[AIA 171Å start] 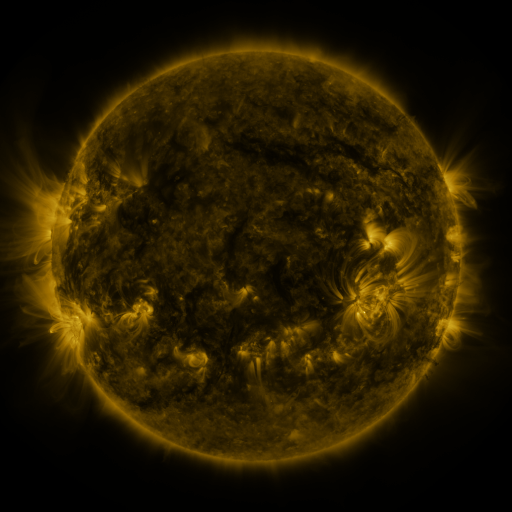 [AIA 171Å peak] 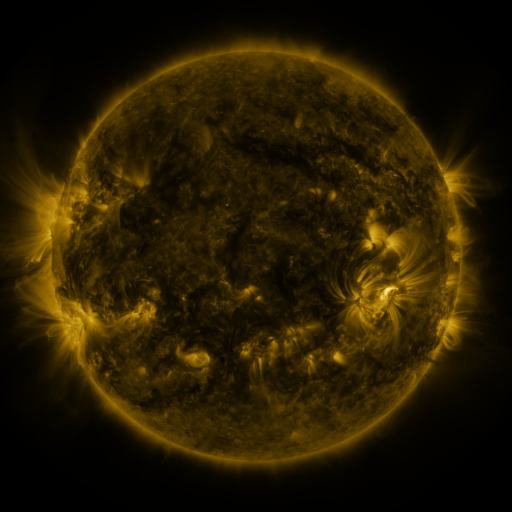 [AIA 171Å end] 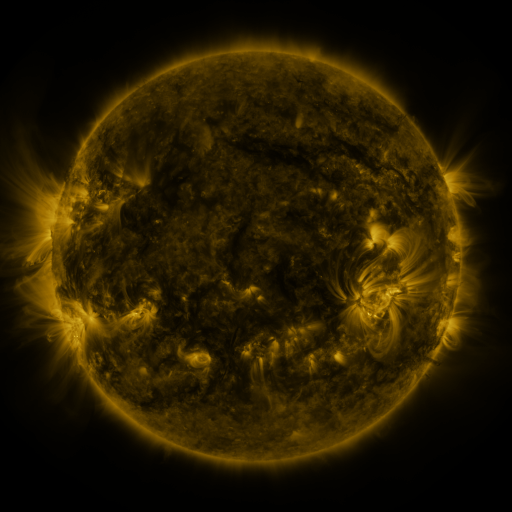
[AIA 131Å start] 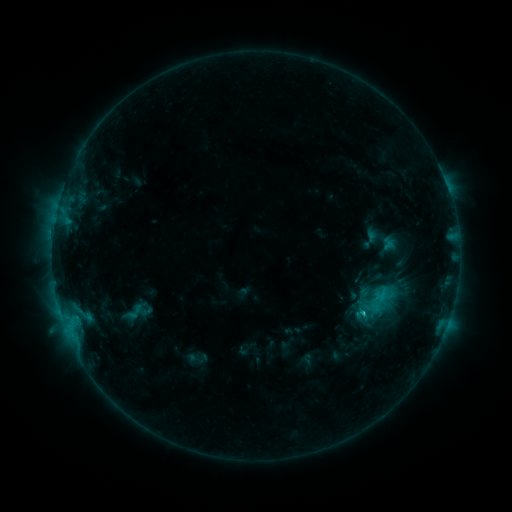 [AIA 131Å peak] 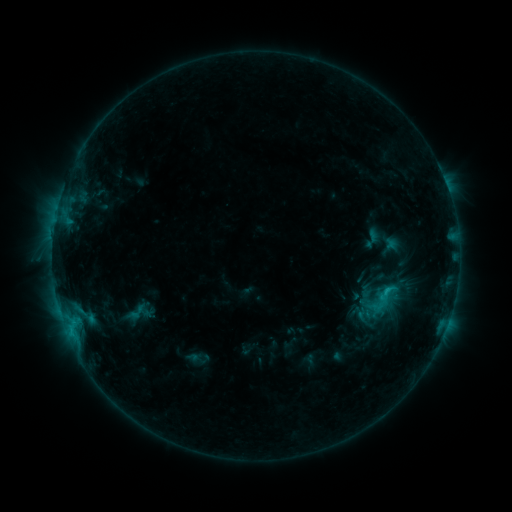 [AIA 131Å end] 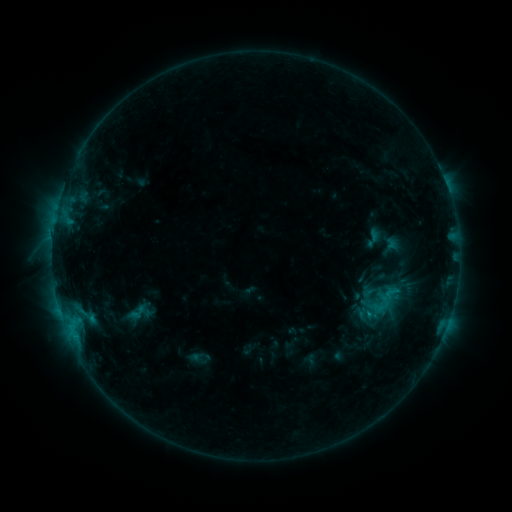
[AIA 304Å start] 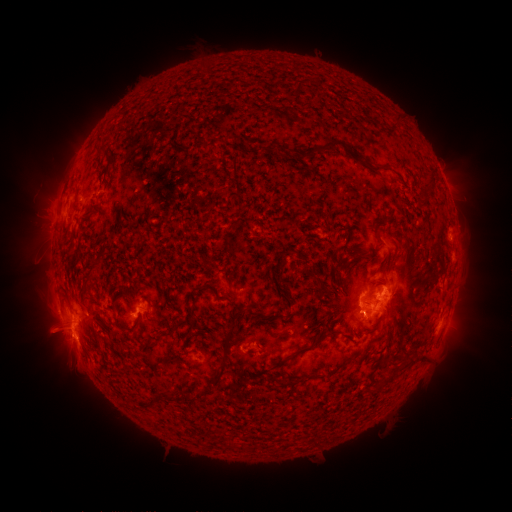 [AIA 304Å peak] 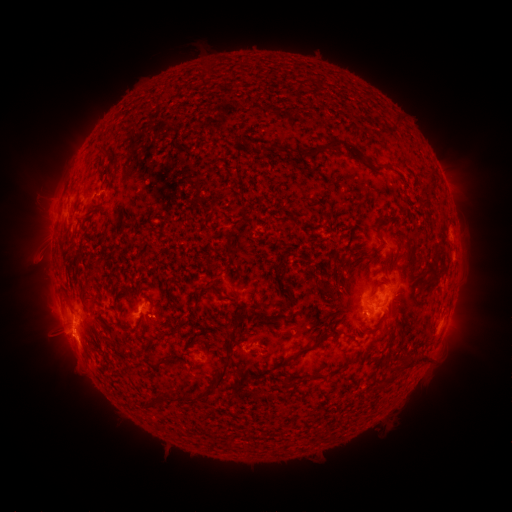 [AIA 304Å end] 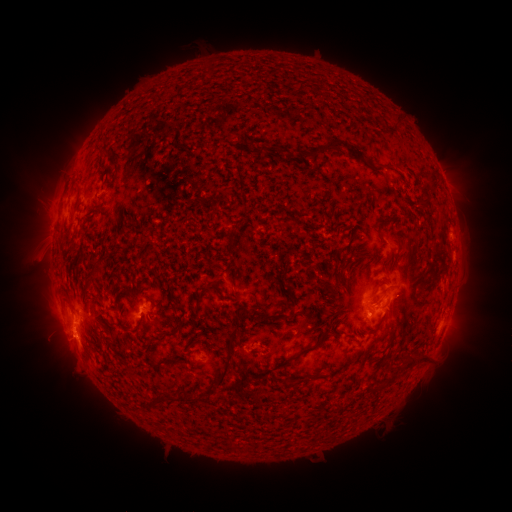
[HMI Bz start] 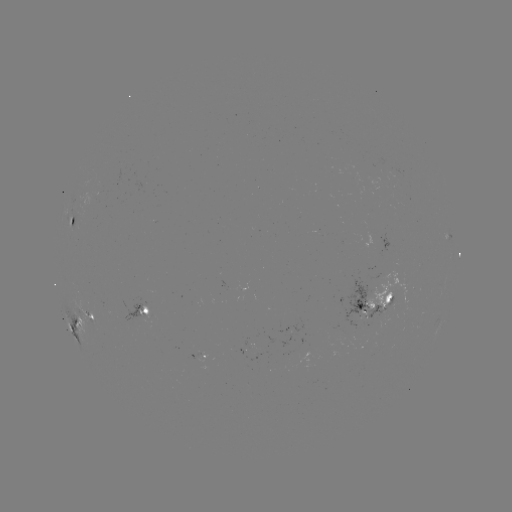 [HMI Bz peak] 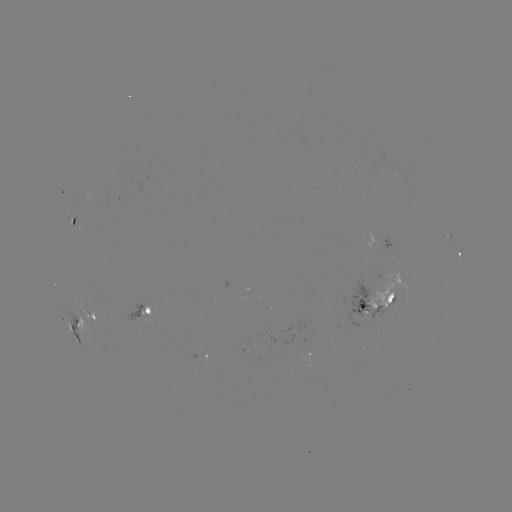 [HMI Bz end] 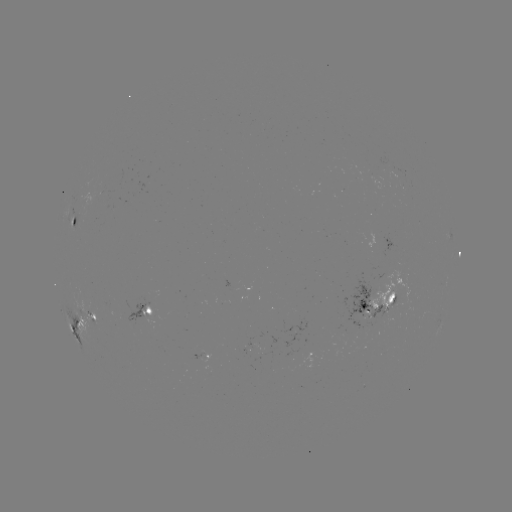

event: emerging-flux region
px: (393, 185)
